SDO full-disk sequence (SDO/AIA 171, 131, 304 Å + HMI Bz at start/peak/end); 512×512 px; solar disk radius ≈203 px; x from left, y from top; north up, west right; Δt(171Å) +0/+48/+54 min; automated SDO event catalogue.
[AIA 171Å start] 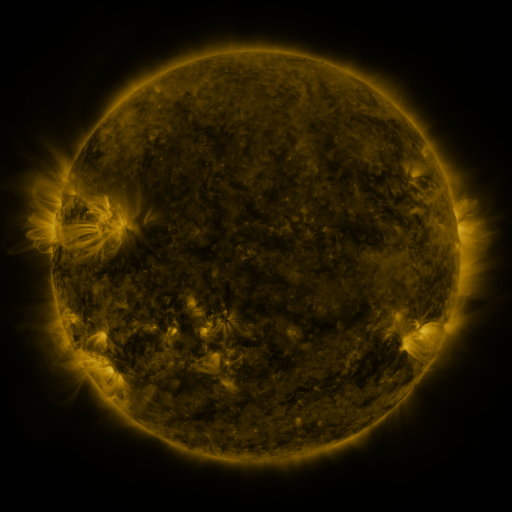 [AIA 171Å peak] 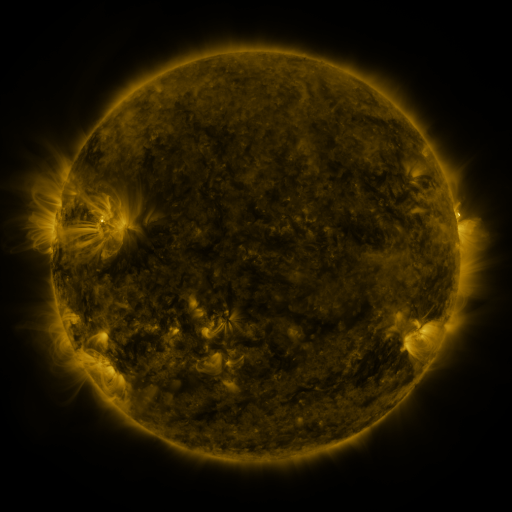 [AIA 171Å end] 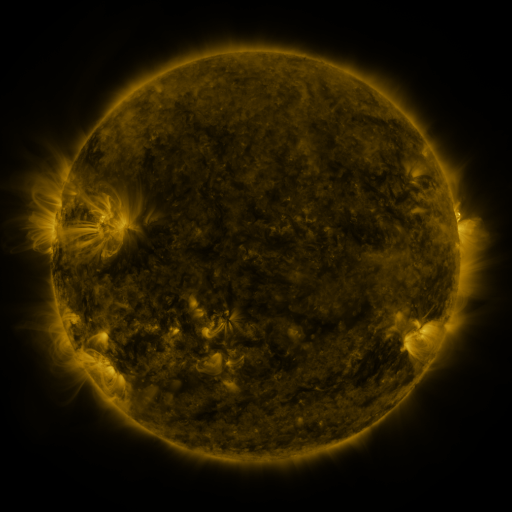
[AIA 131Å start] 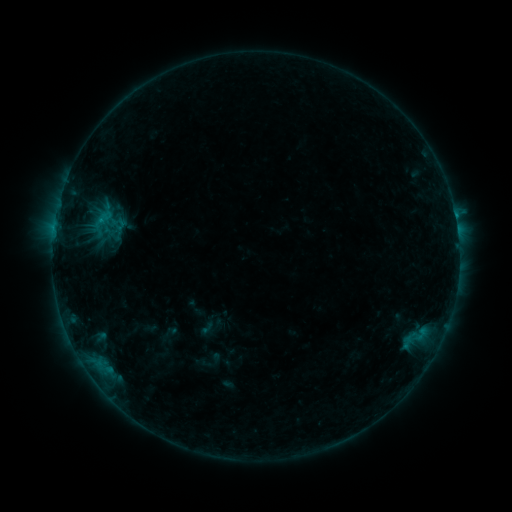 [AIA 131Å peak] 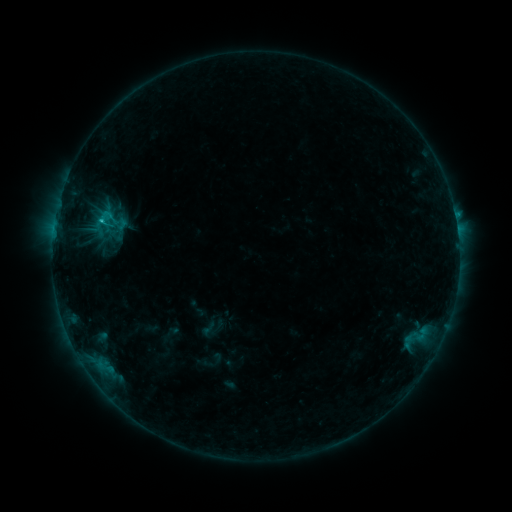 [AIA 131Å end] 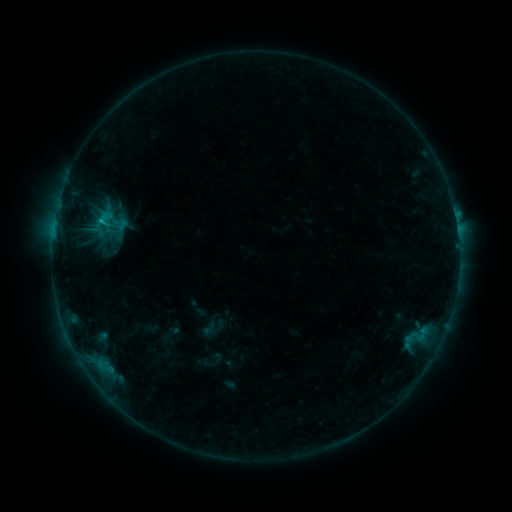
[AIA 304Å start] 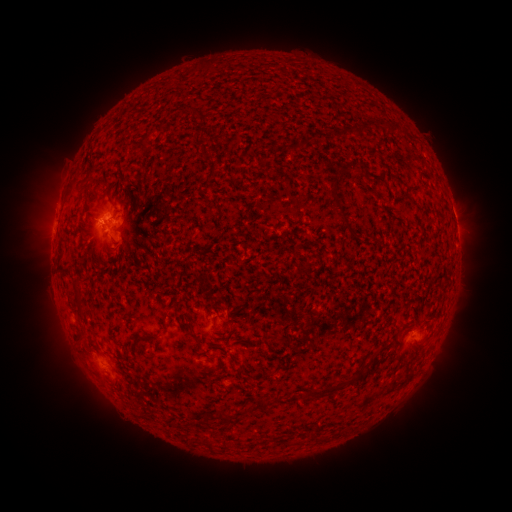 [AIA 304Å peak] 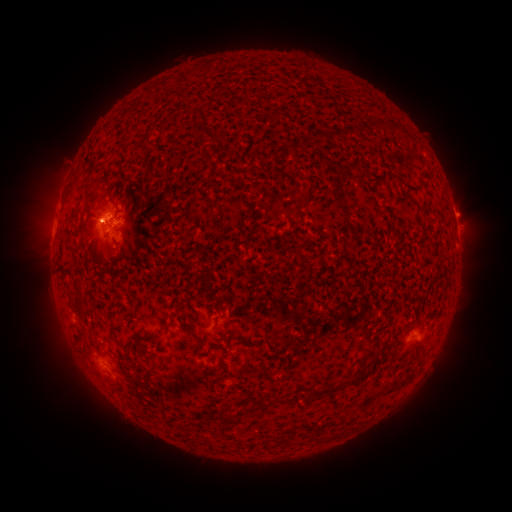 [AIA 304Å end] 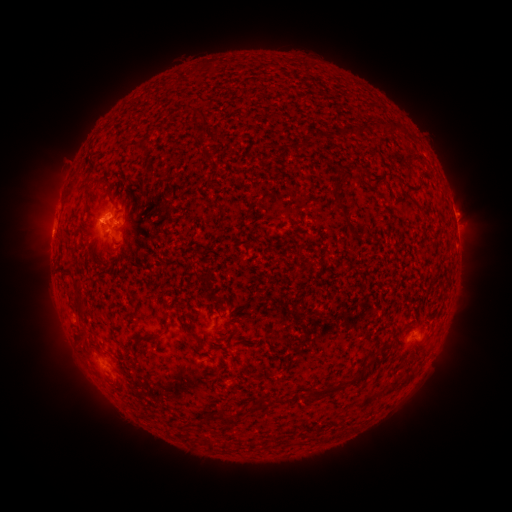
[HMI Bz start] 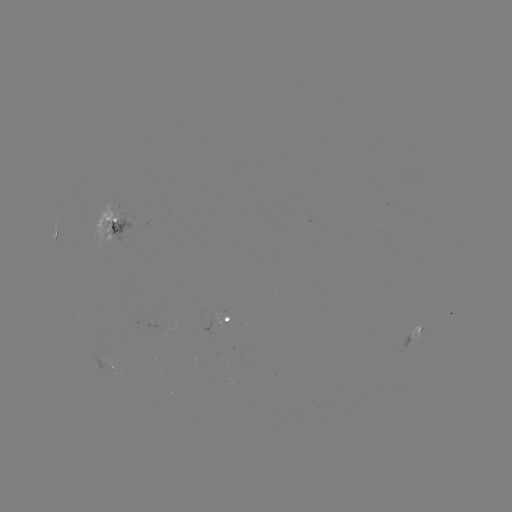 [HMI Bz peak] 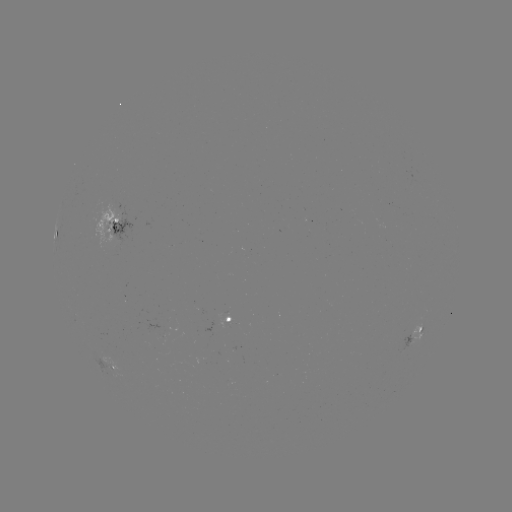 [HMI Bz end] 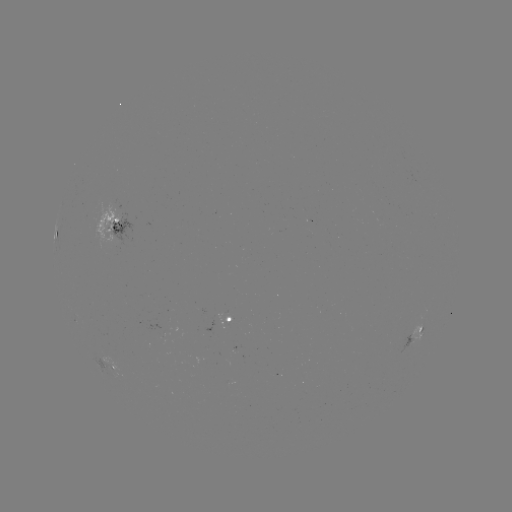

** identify C1.0 flare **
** (101, 223) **